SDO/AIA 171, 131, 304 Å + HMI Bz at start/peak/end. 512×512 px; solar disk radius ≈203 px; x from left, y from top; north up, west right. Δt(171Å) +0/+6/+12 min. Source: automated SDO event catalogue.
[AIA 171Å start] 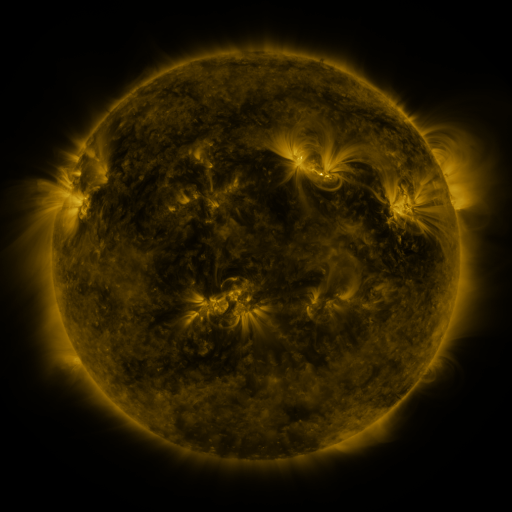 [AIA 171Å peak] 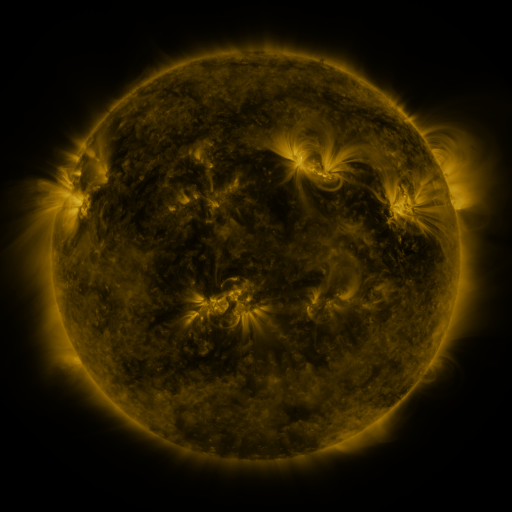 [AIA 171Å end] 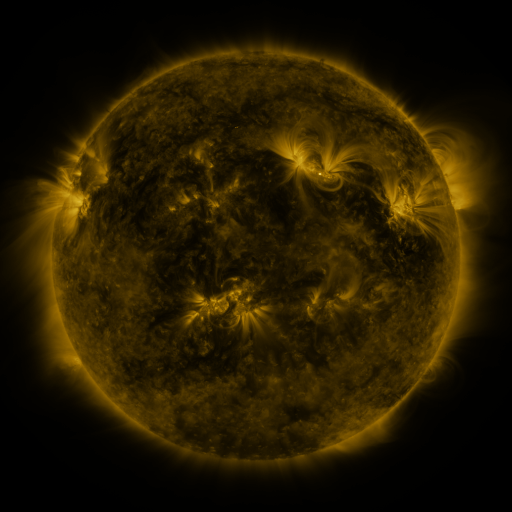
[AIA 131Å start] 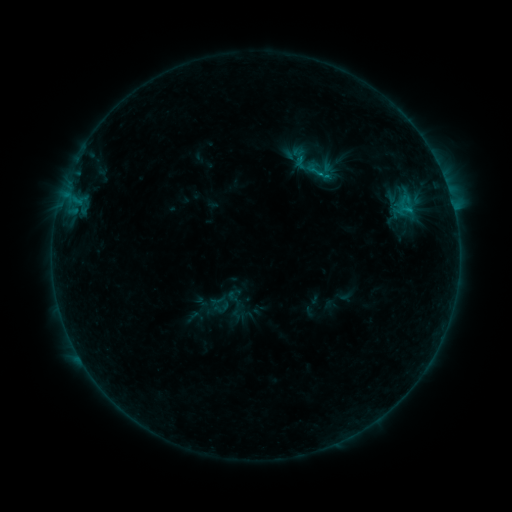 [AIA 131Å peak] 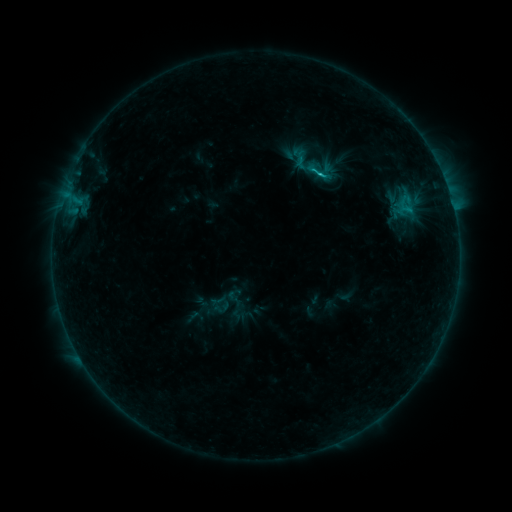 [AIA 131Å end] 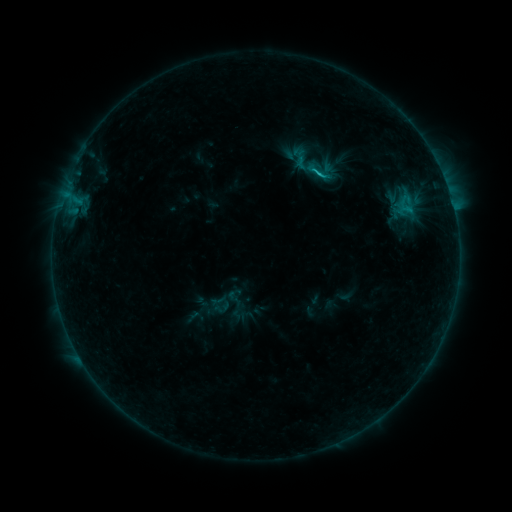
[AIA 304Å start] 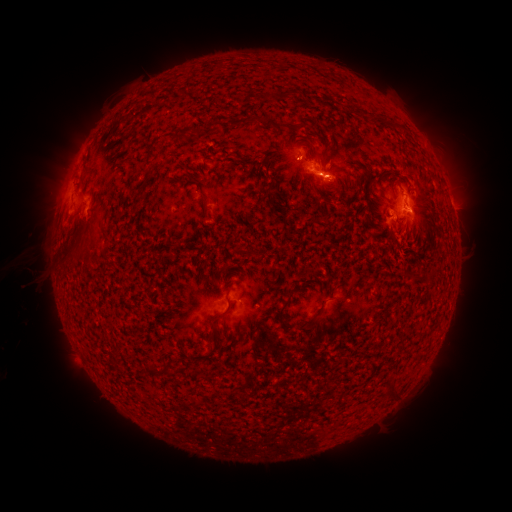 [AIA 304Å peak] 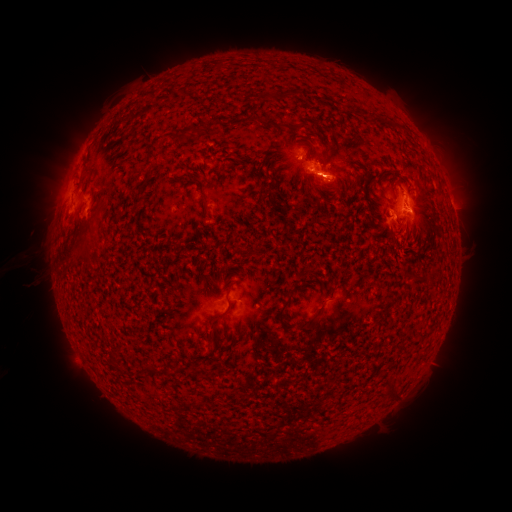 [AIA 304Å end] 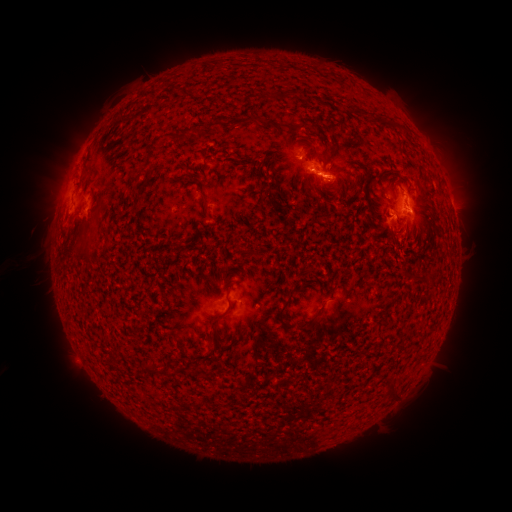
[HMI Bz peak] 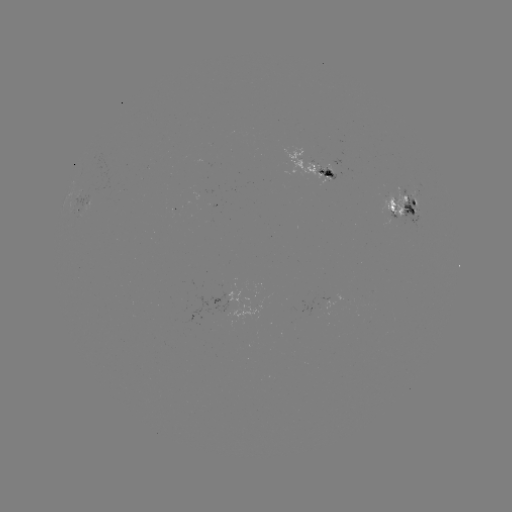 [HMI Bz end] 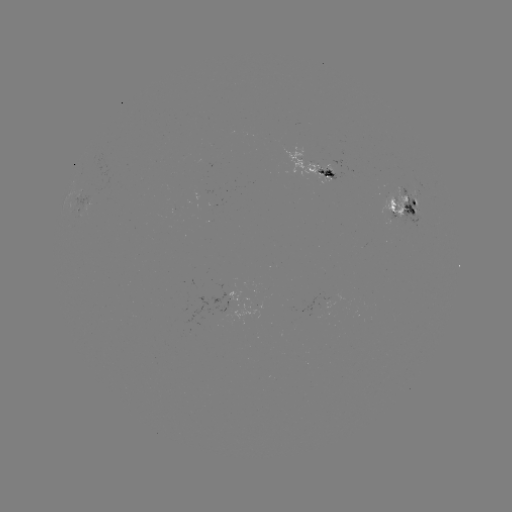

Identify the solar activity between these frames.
C1.2 flare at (323, 180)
